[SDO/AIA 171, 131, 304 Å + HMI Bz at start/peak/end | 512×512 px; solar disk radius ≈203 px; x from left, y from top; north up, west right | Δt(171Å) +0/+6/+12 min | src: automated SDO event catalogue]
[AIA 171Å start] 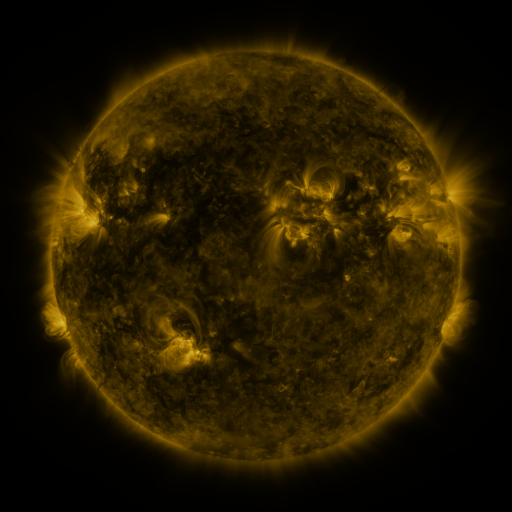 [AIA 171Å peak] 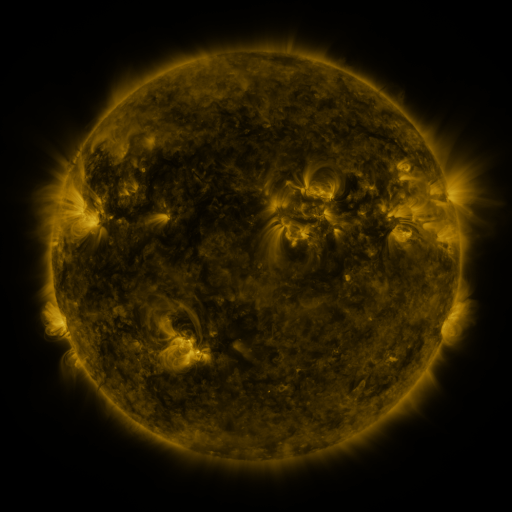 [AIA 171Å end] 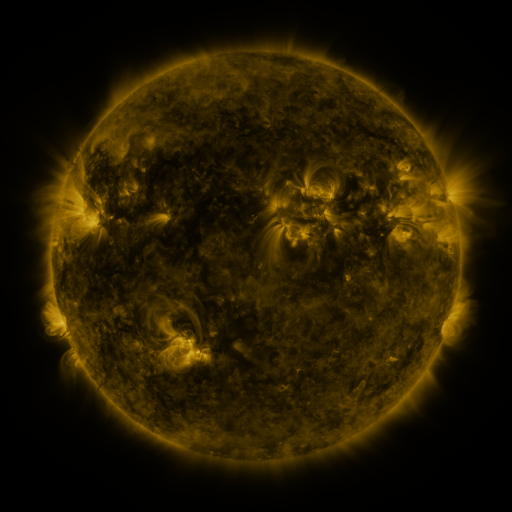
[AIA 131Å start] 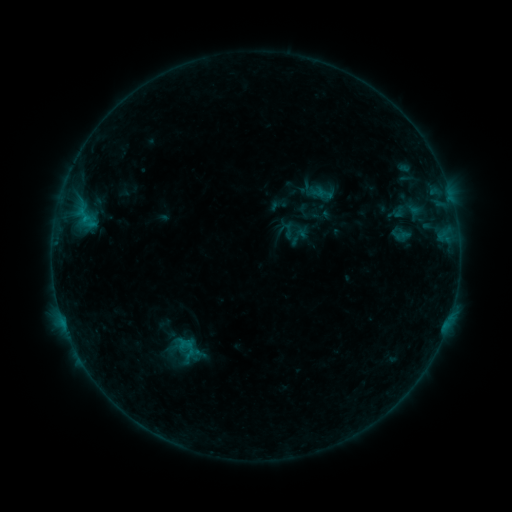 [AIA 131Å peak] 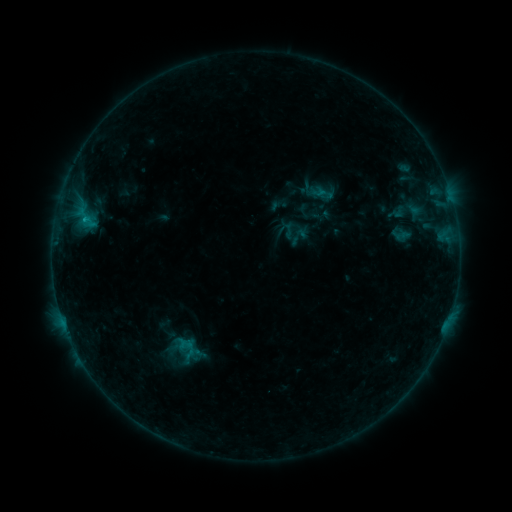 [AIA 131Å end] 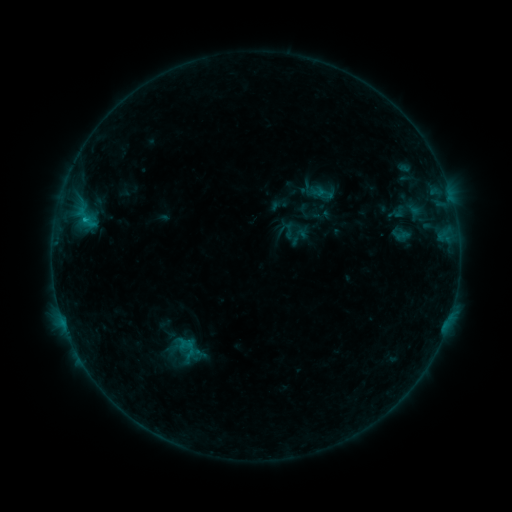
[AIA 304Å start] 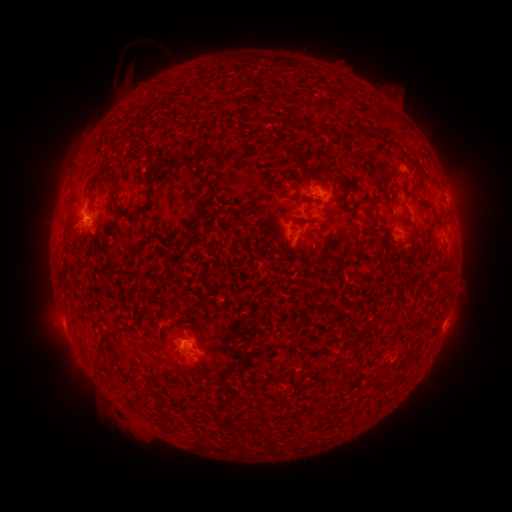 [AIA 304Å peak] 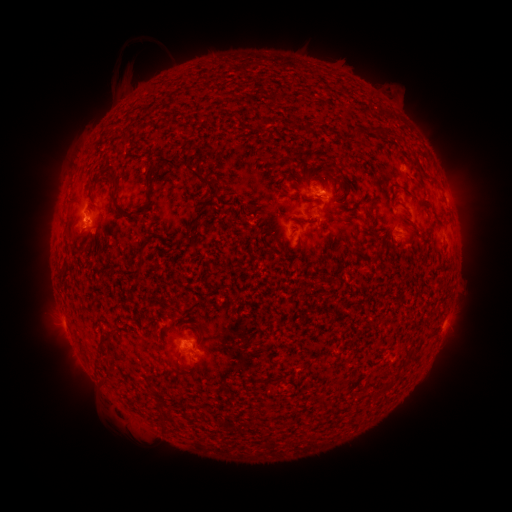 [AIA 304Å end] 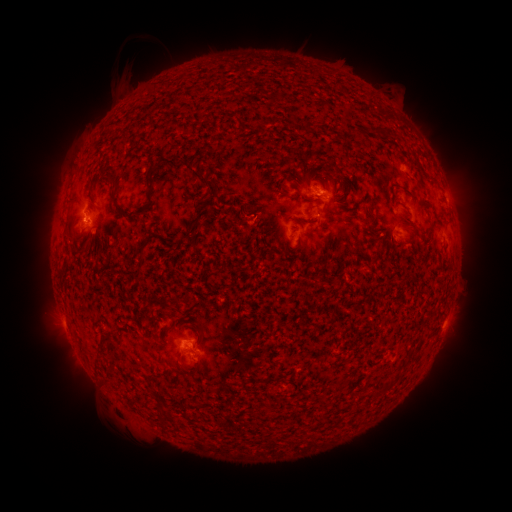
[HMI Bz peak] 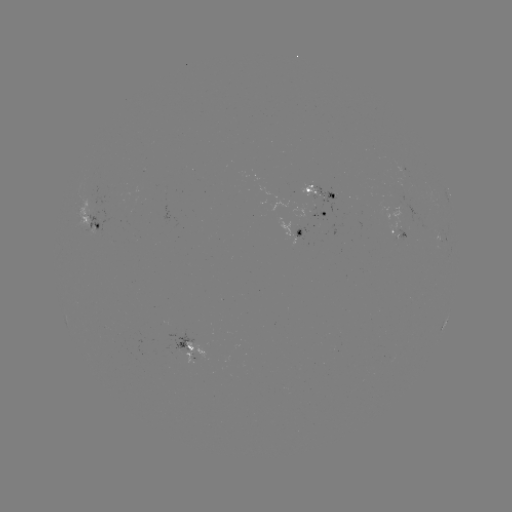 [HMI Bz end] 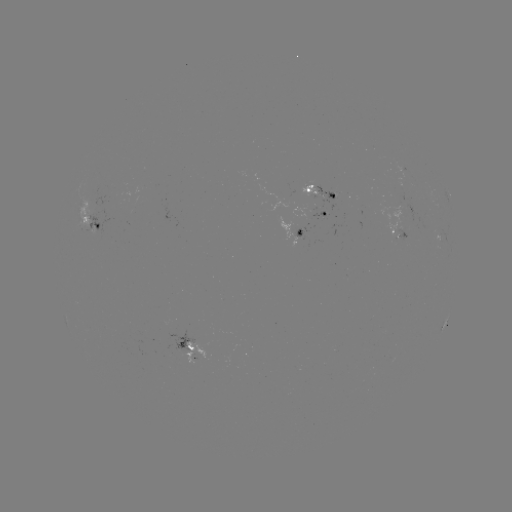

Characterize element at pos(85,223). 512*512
B6.0 flare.